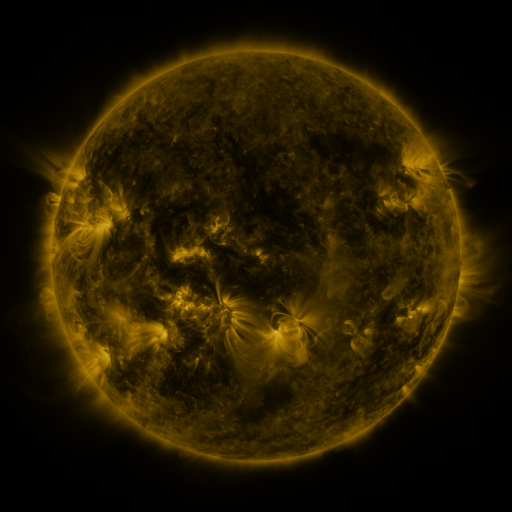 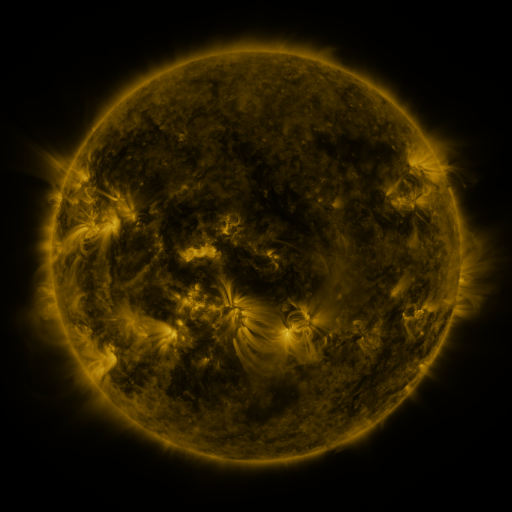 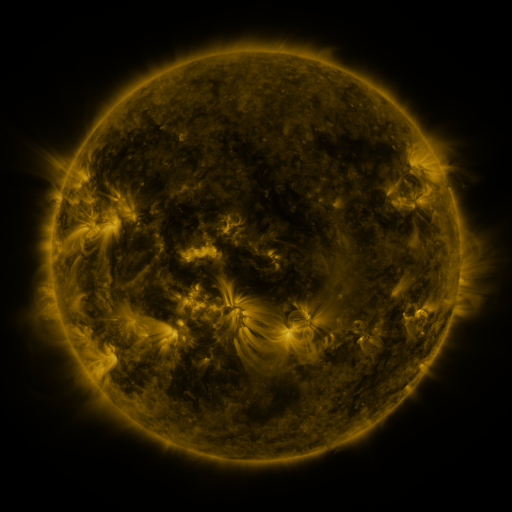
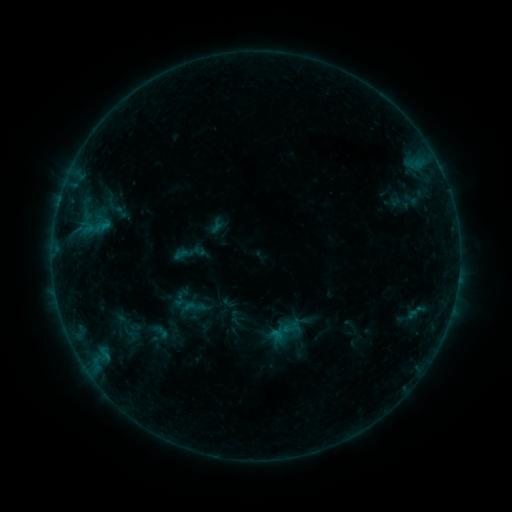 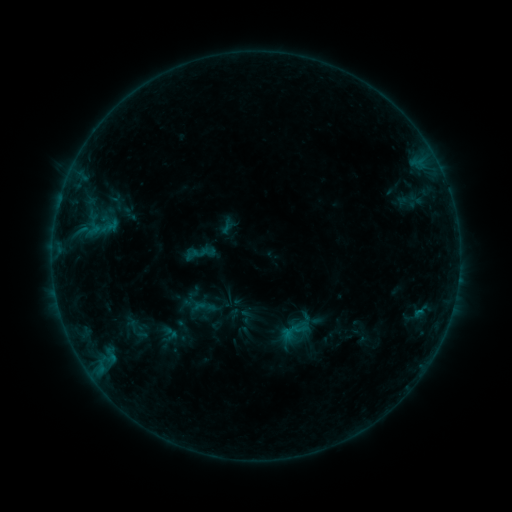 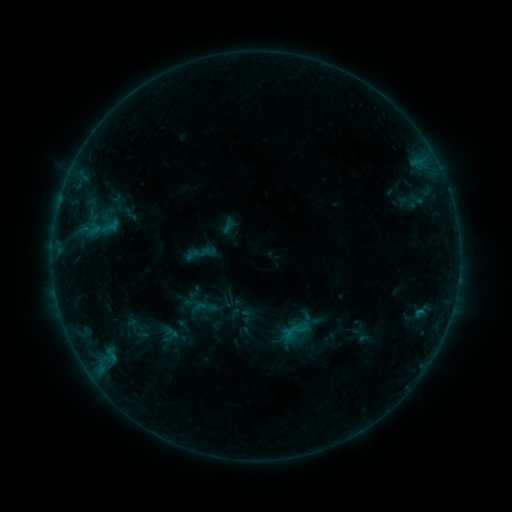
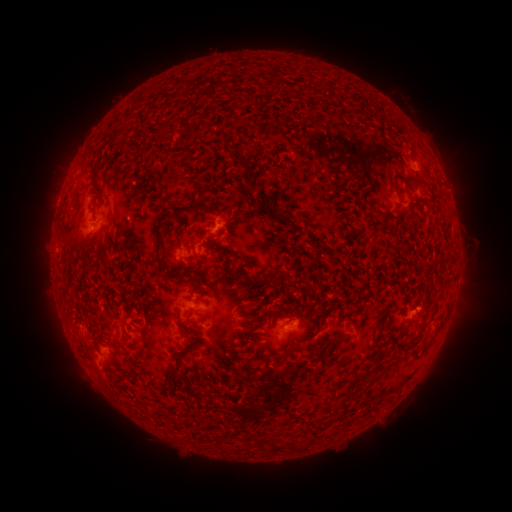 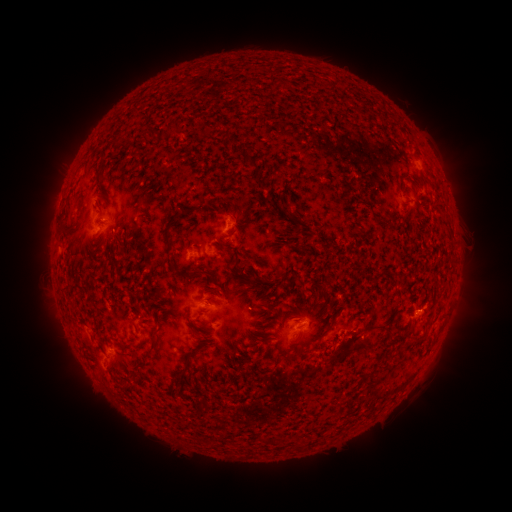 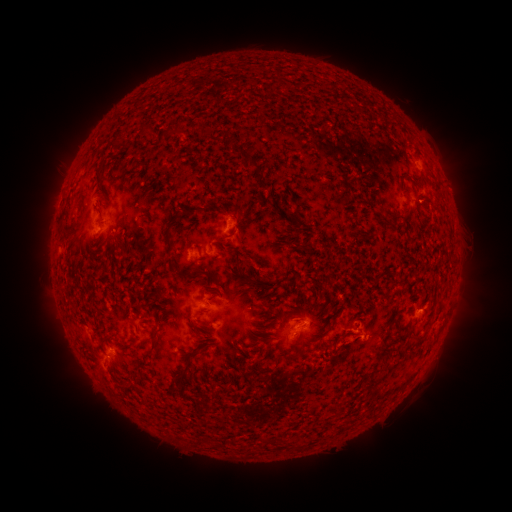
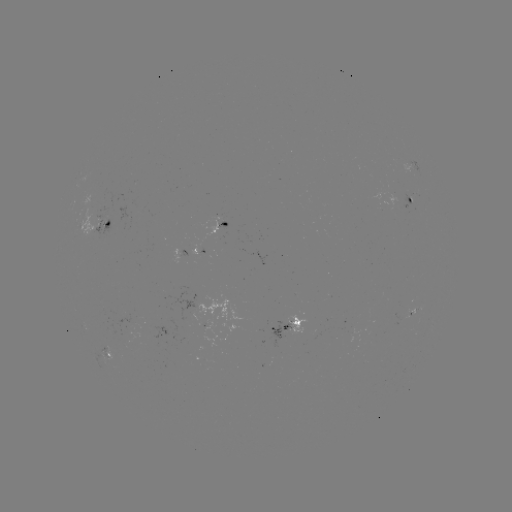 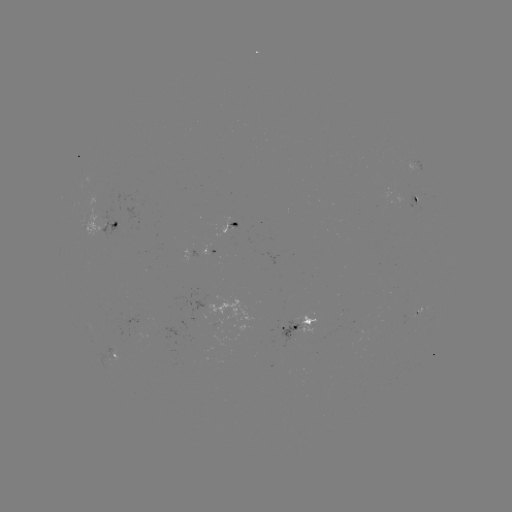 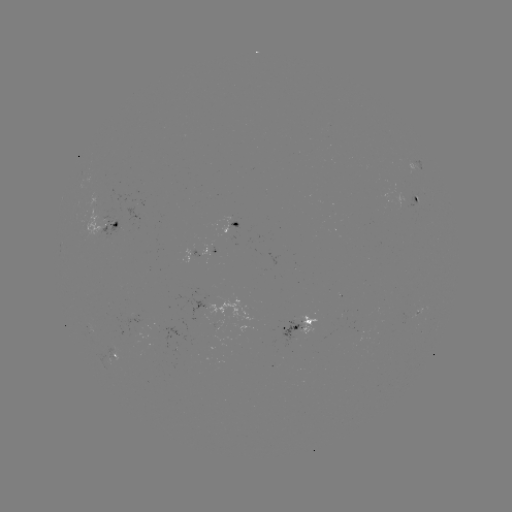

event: emerging-flux region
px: (320, 326)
